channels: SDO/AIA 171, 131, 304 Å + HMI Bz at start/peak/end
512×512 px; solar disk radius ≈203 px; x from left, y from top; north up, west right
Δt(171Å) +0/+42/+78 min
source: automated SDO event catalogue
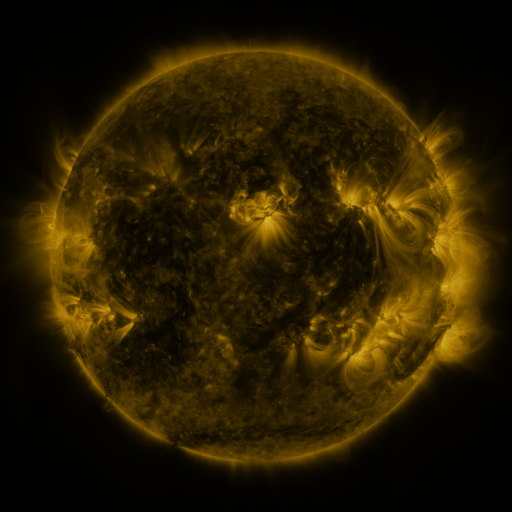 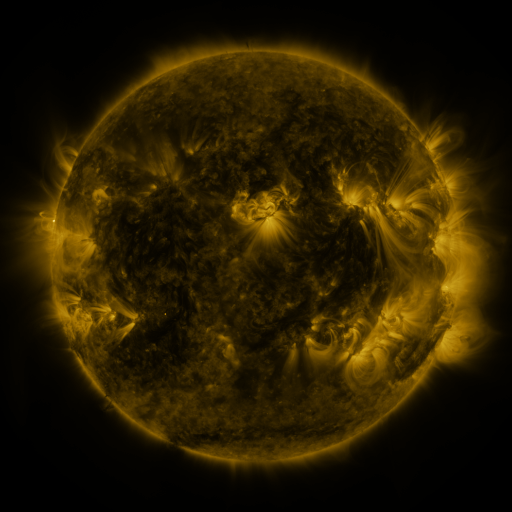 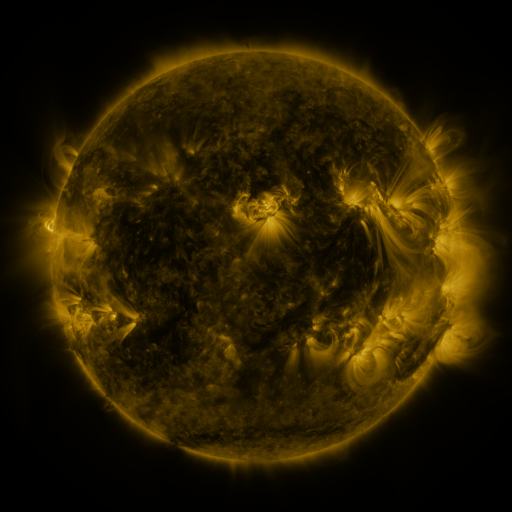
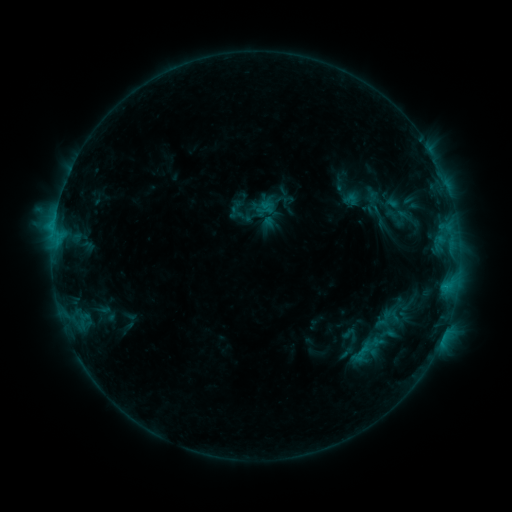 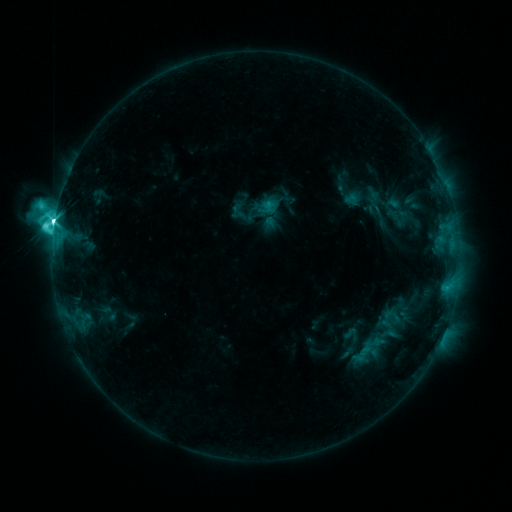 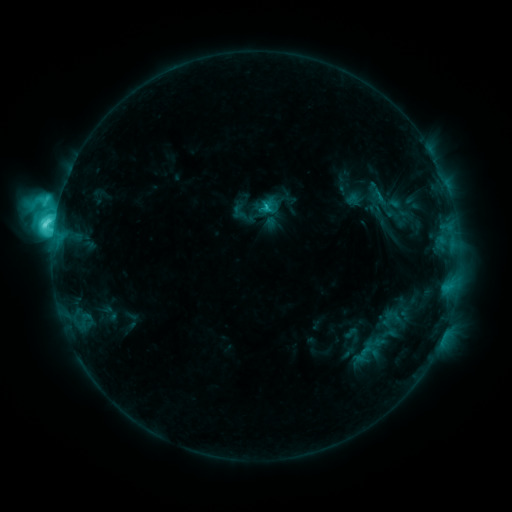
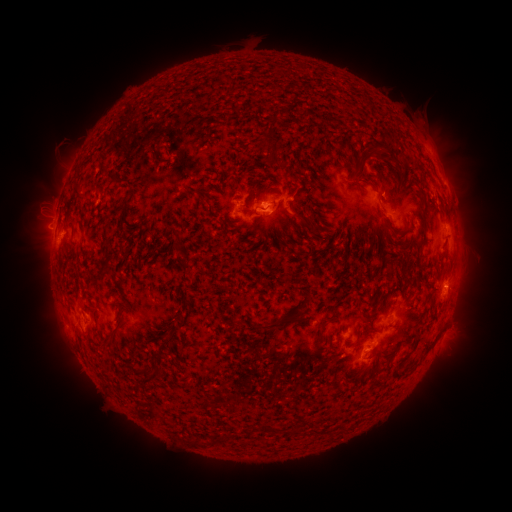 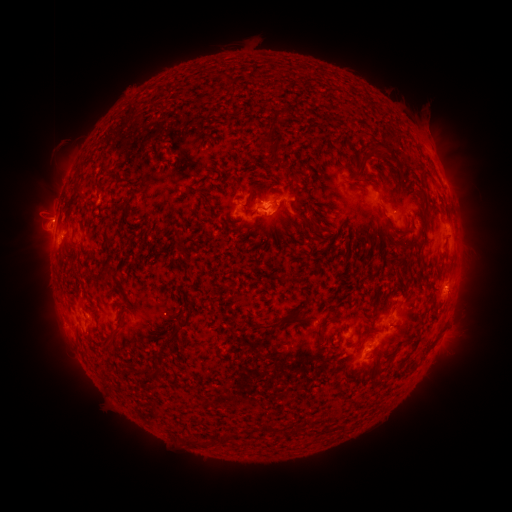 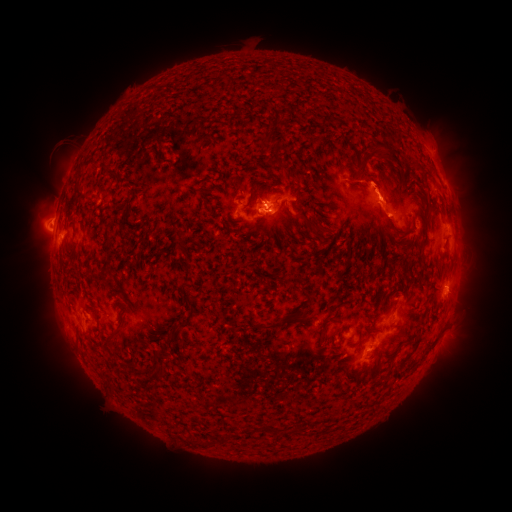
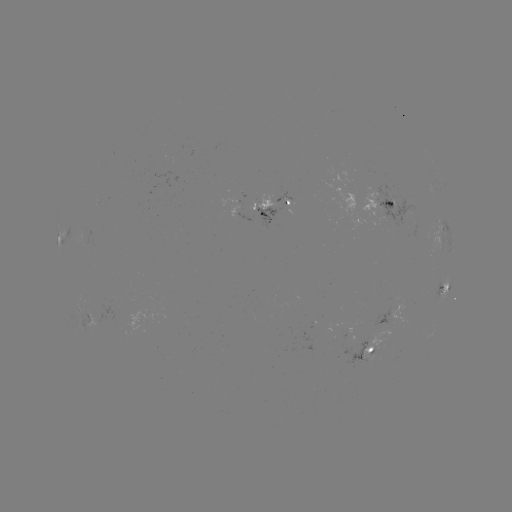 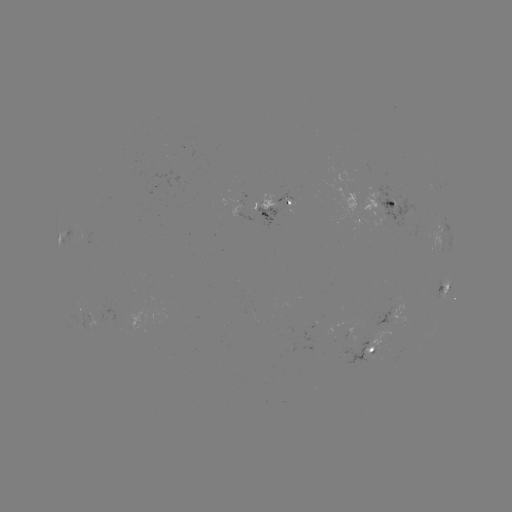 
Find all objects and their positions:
M1.8 flare: (55, 224)
